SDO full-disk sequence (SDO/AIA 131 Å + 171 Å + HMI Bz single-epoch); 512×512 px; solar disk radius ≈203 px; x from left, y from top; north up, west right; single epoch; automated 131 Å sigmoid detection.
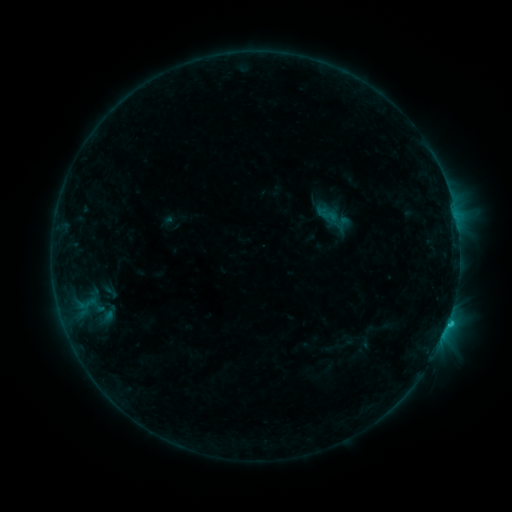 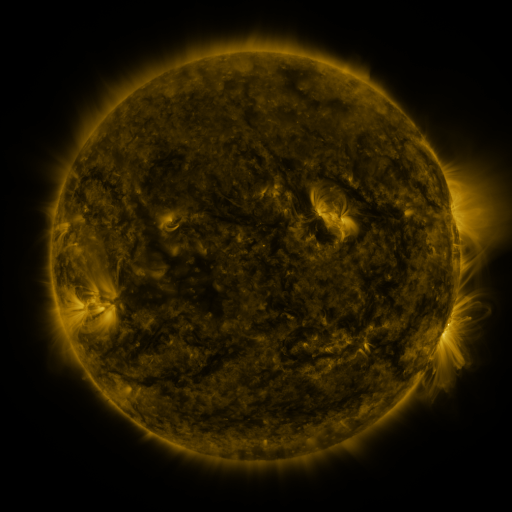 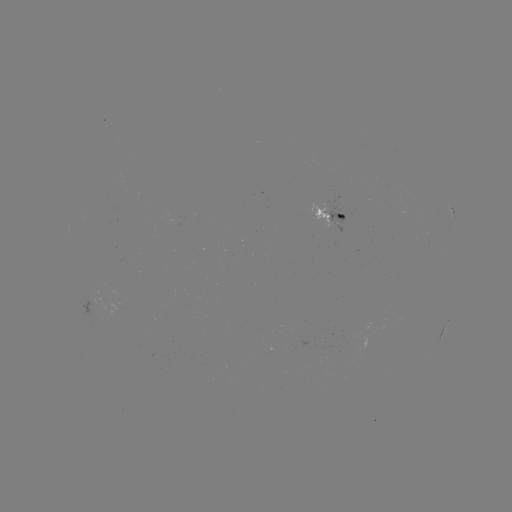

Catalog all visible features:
sigmoid: [313, 203, 340, 225]
